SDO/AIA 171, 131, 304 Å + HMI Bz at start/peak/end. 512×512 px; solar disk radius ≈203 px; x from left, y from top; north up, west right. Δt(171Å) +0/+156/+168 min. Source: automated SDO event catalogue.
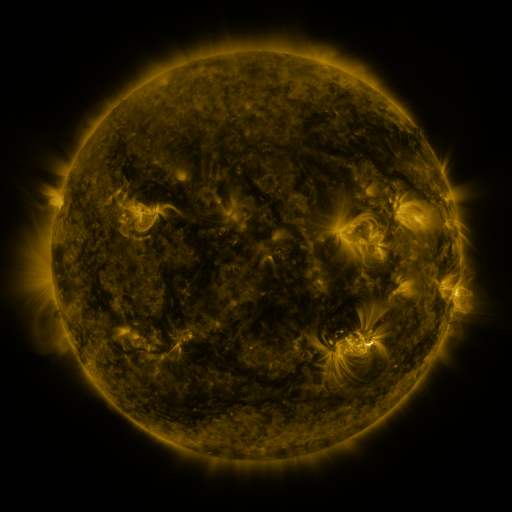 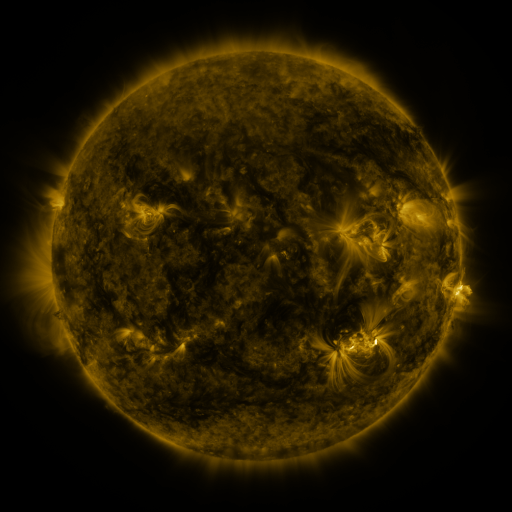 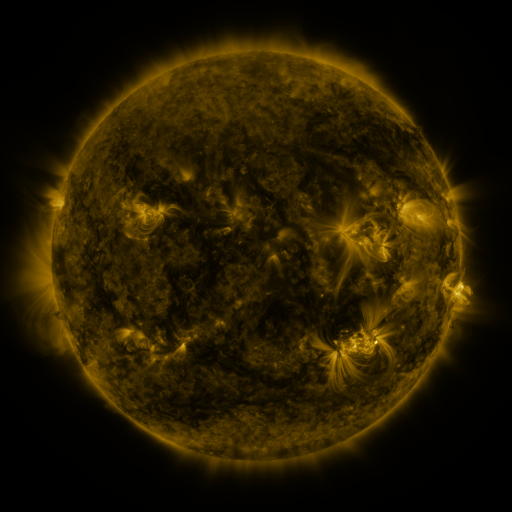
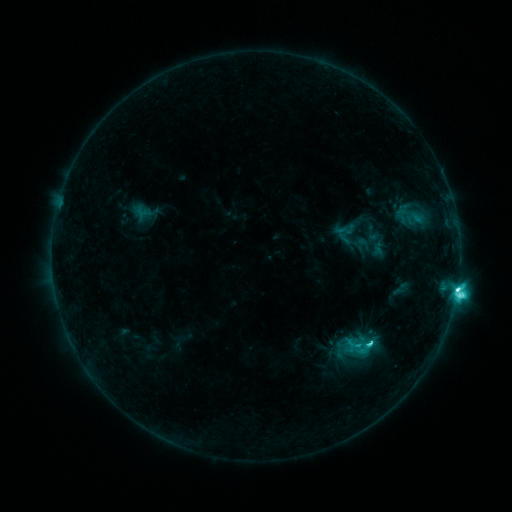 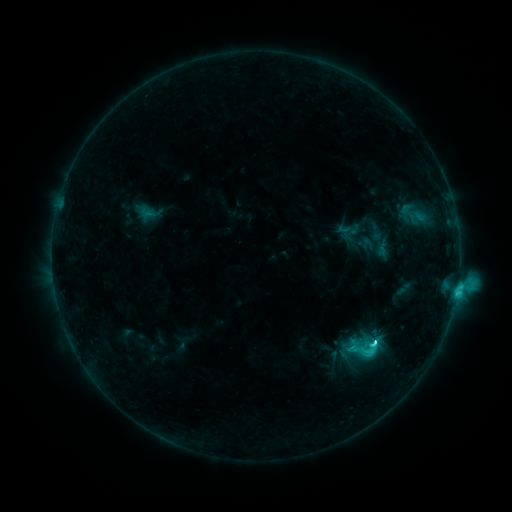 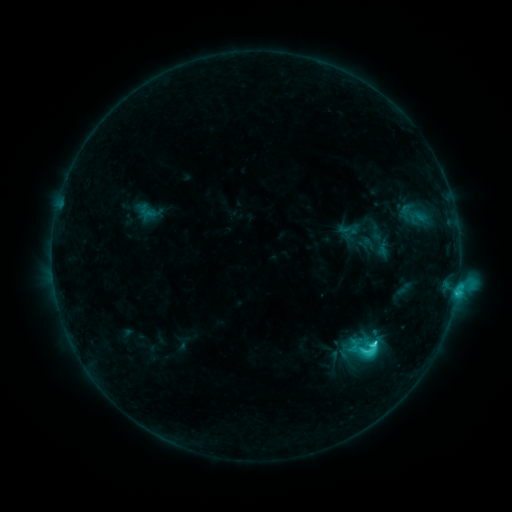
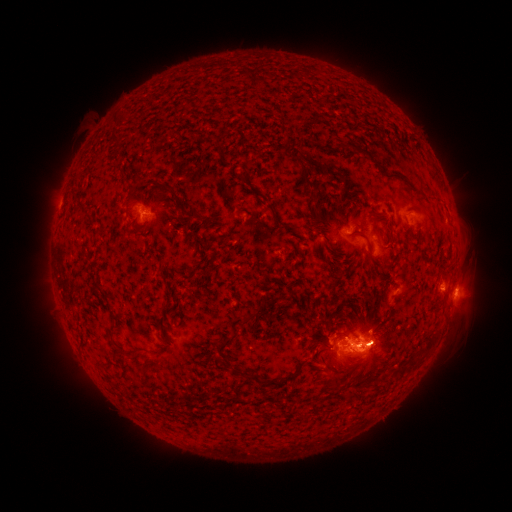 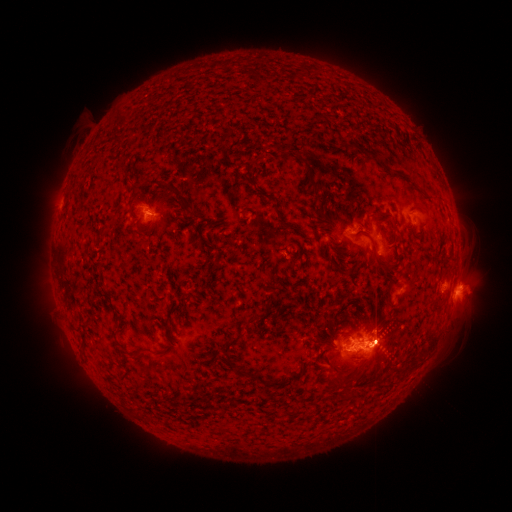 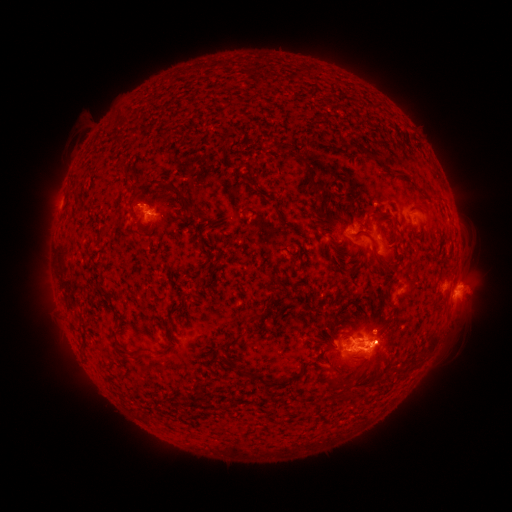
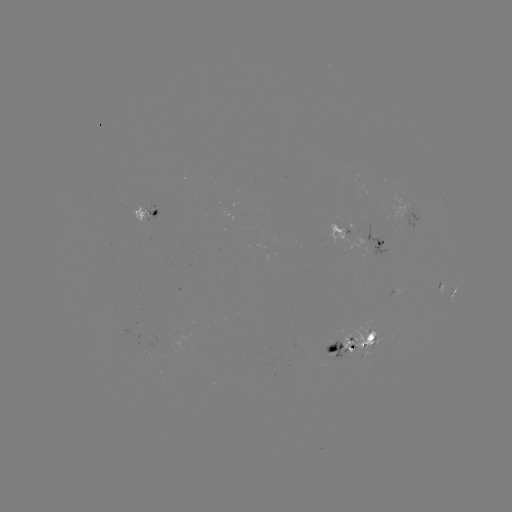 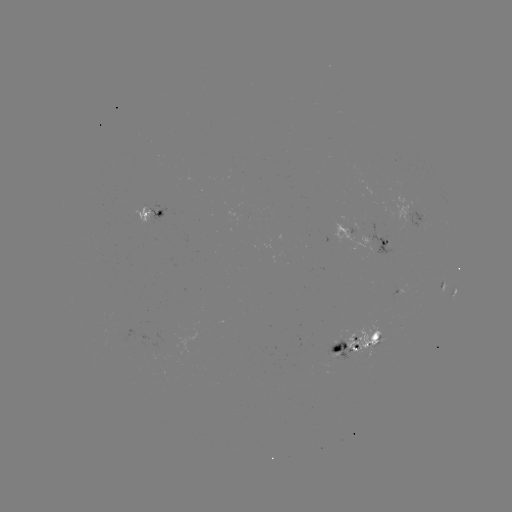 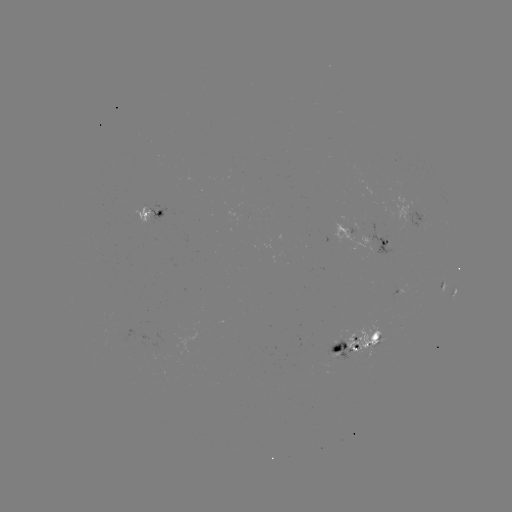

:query emerging-flux region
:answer [361, 340]